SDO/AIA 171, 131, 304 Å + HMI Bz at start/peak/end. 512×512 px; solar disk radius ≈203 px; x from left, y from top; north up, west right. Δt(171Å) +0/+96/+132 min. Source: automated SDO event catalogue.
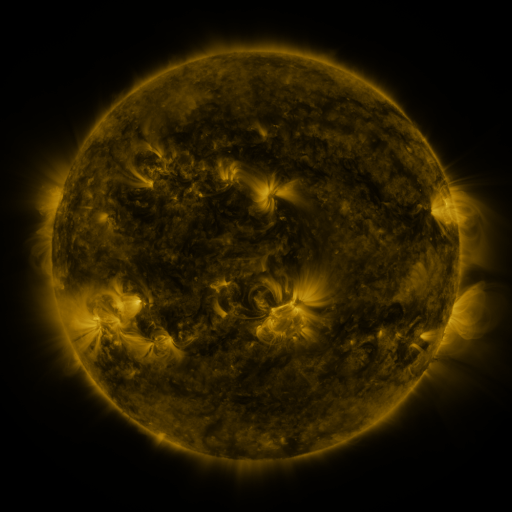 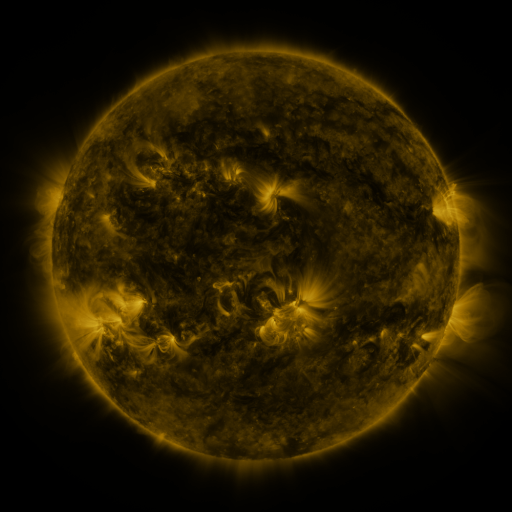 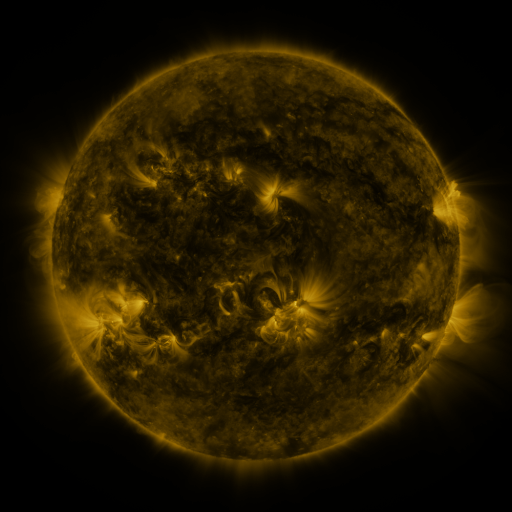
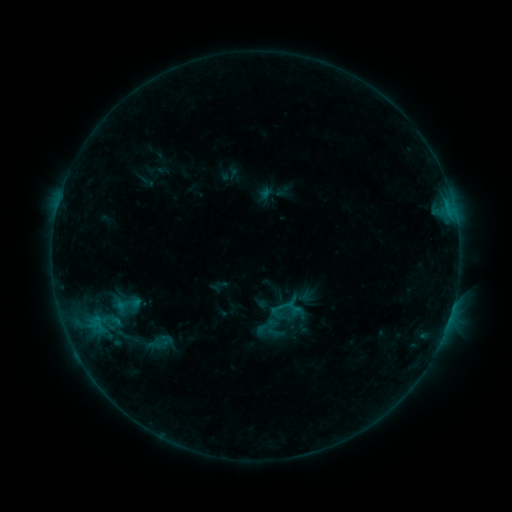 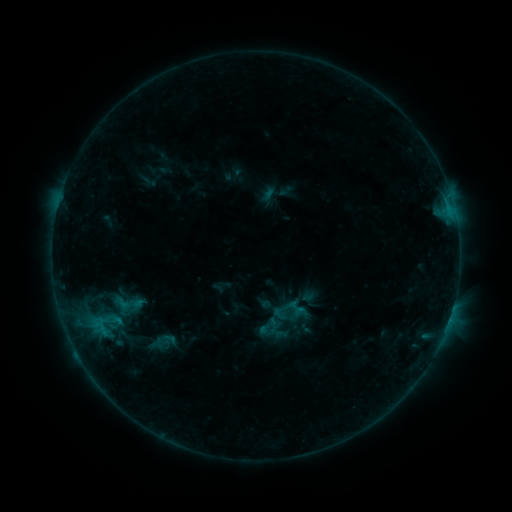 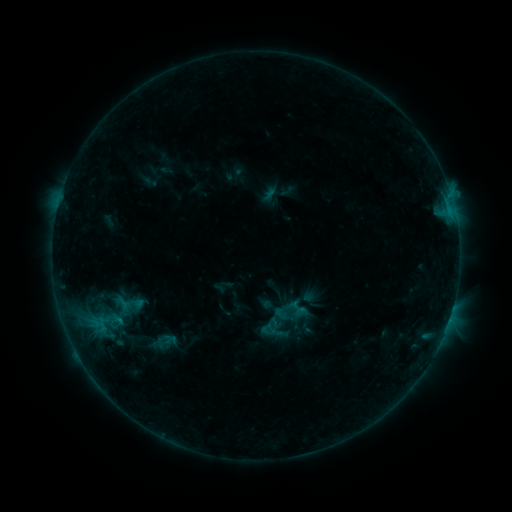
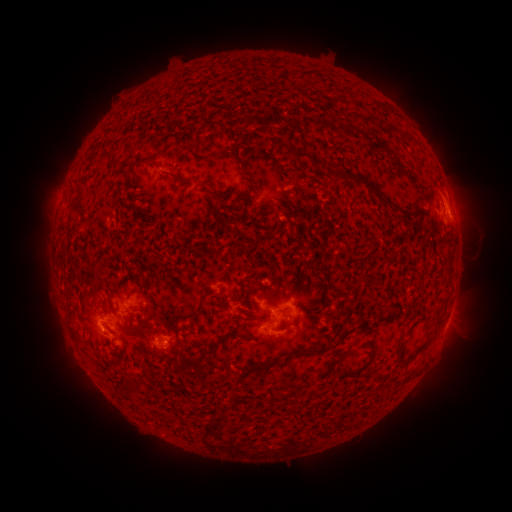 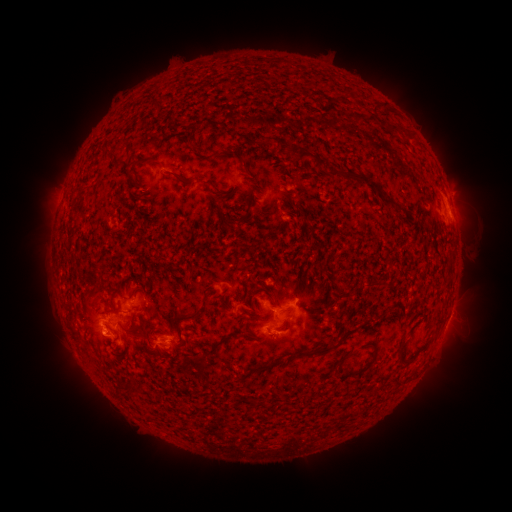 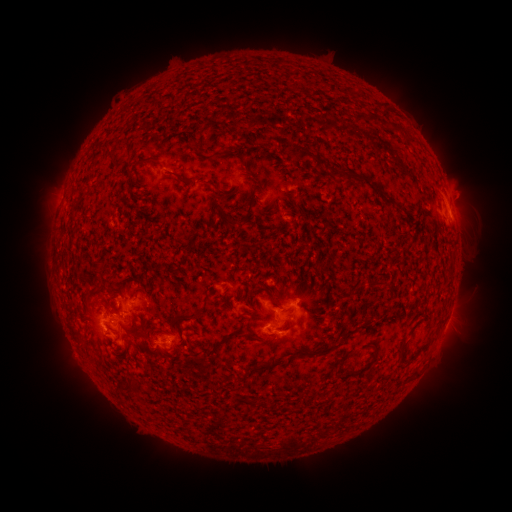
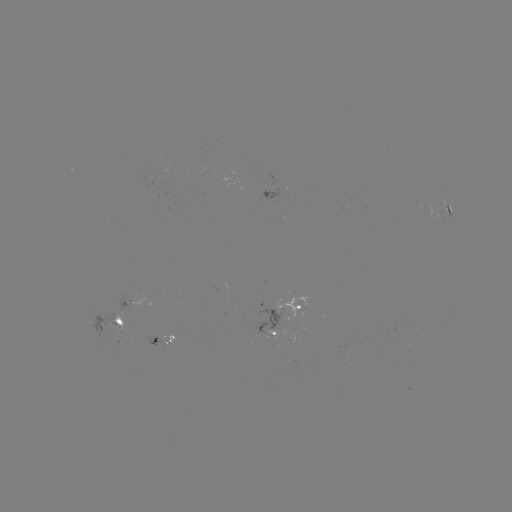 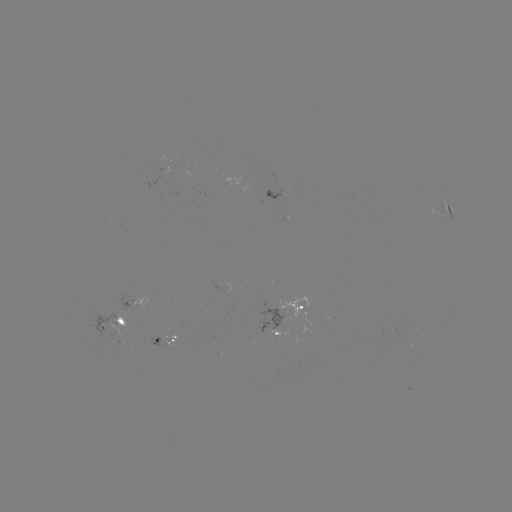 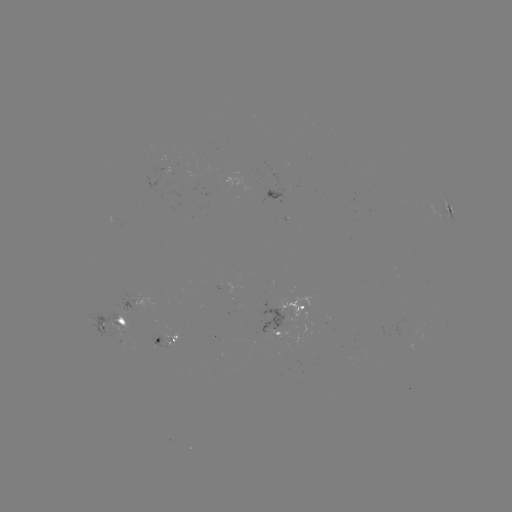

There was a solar emerging-flux region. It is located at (121, 331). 